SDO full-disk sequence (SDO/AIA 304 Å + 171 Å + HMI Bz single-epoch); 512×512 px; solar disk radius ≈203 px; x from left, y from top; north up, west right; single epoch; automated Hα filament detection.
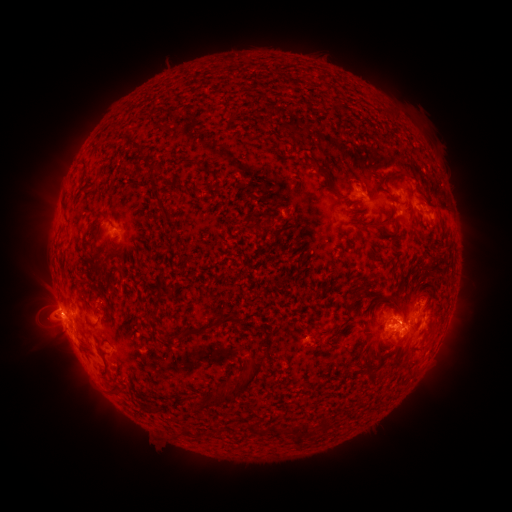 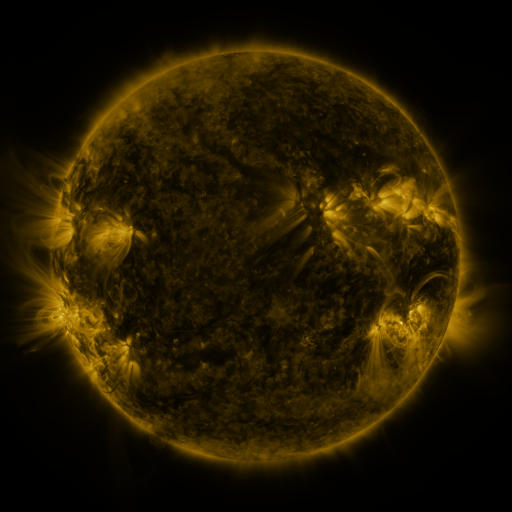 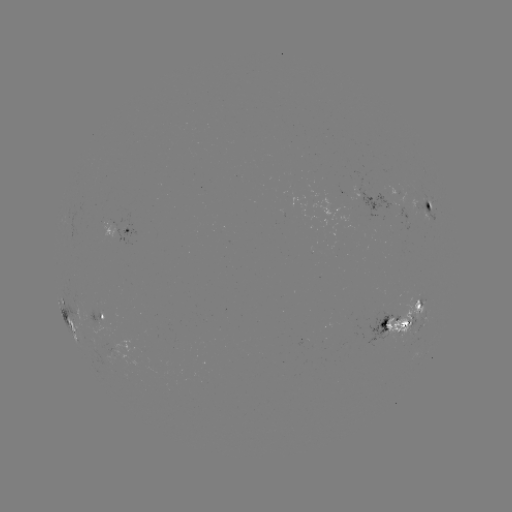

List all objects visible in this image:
filament: <bbox>307, 158, 325, 175</bbox>
filament: <bbox>145, 162, 159, 175</bbox>
filament: <bbox>88, 181, 96, 192</bbox>
filament: <bbox>176, 184, 198, 195</bbox>
filament: <bbox>151, 189, 171, 221</bbox>
filament: <bbox>333, 191, 344, 199</bbox>
filament: <bbox>262, 217, 273, 229</bbox>
filament: <bbox>359, 221, 371, 229</bbox>
filament: <bbox>92, 235, 98, 245</bbox>
filament: <bbox>355, 279, 370, 294</bbox>
filament: <bbox>205, 308, 243, 331</bbox>
filament: <bbox>380, 316, 389, 327</bbox>
filament: <bbox>400, 317, 410, 325</bbox>
filament: <bbox>306, 323, 313, 335</bbox>
filament: <bbox>178, 328, 200, 339</bbox>
filament: <bbox>193, 353, 269, 410</bbox>
filament: <bbox>100, 364, 110, 380</bbox>
filament: <bbox>110, 383, 121, 395</bbox>
filament: <bbox>322, 415, 330, 430</bbox>
filament: <bbox>247, 421, 262, 434</bbox>
filament: <bbox>269, 421, 315, 442</bbox>
